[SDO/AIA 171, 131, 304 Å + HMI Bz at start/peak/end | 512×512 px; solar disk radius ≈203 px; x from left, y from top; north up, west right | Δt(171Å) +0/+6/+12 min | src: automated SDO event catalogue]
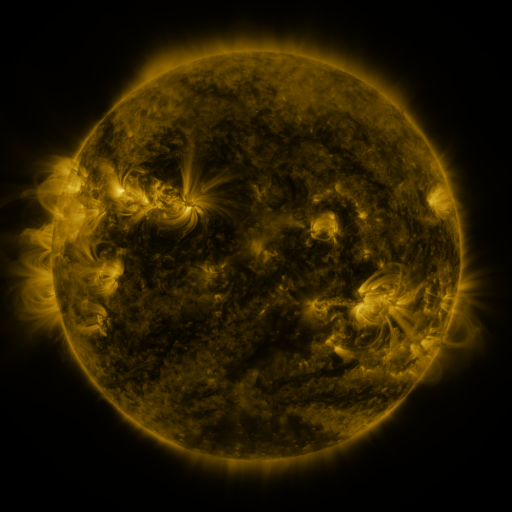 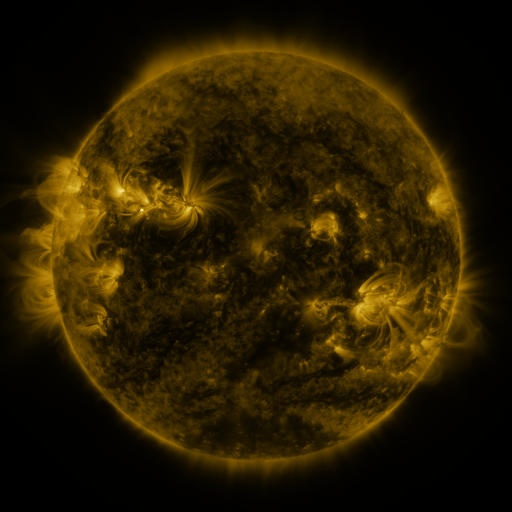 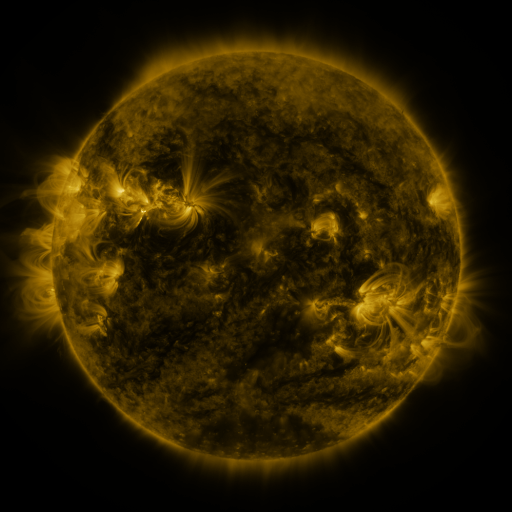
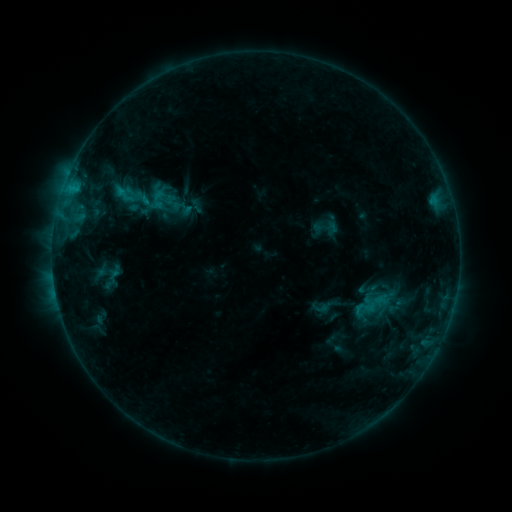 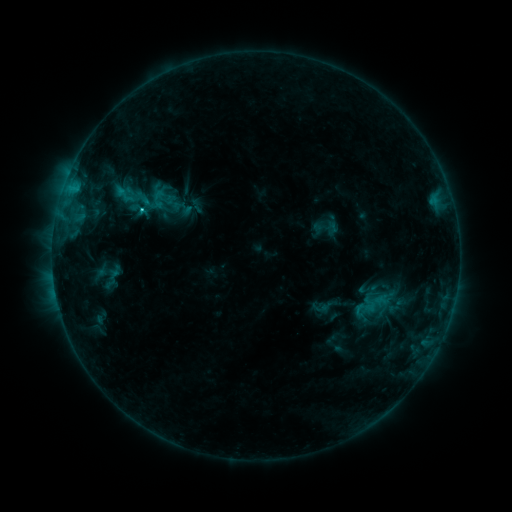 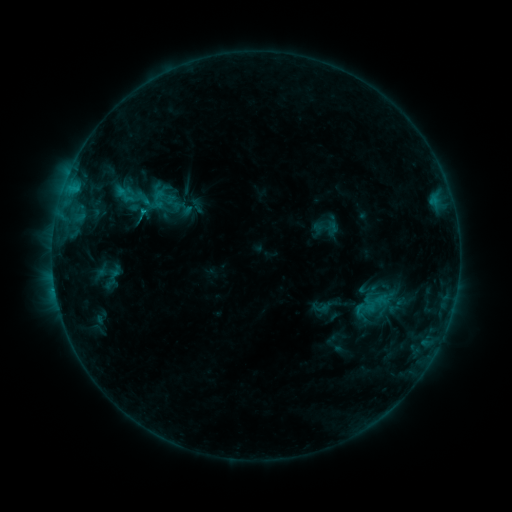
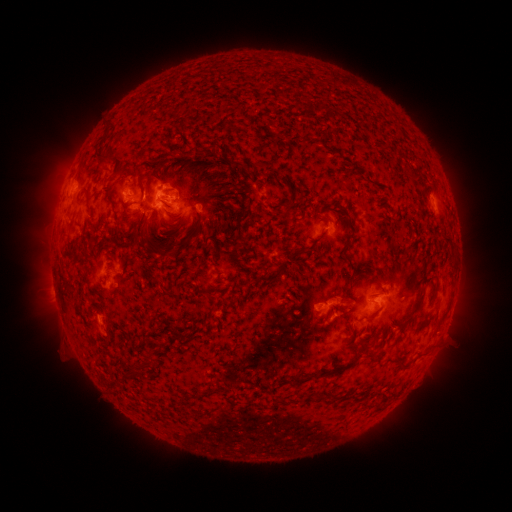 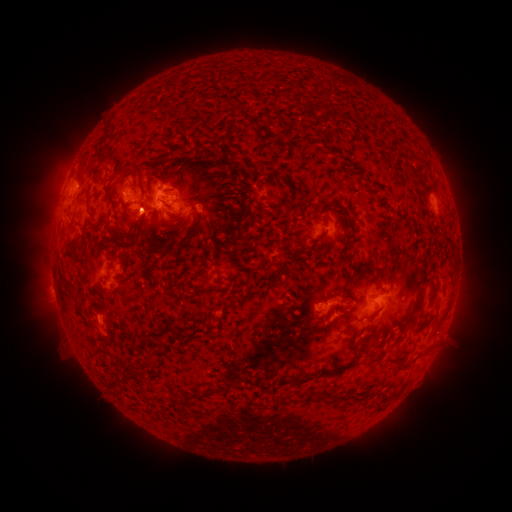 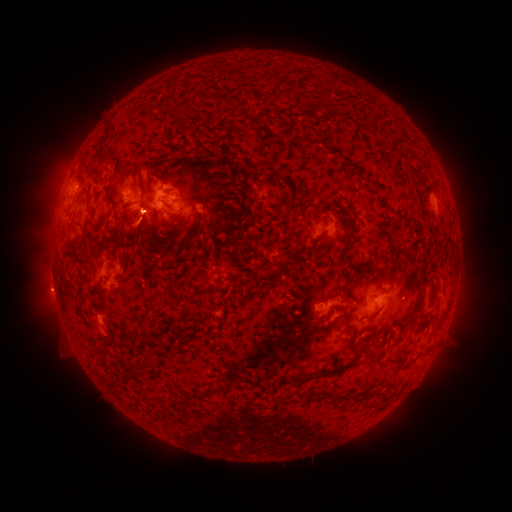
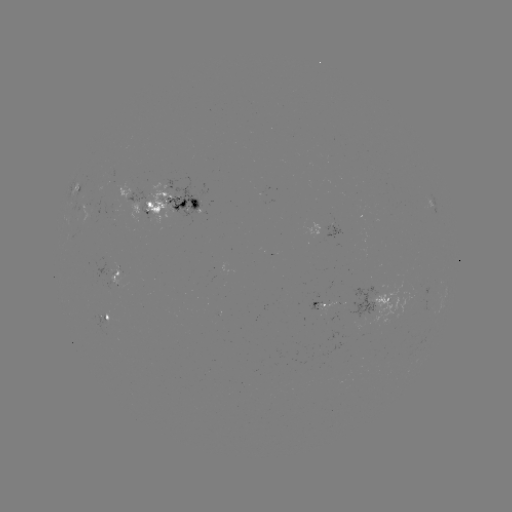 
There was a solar flare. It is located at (76, 189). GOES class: C1.0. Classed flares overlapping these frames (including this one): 1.